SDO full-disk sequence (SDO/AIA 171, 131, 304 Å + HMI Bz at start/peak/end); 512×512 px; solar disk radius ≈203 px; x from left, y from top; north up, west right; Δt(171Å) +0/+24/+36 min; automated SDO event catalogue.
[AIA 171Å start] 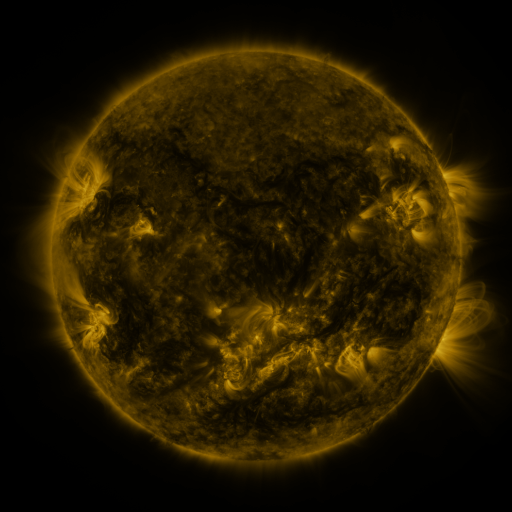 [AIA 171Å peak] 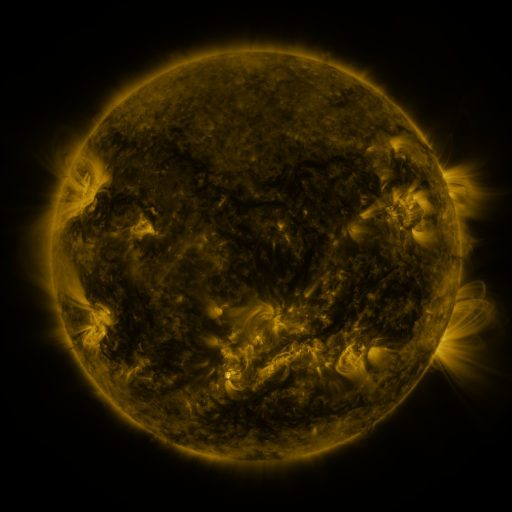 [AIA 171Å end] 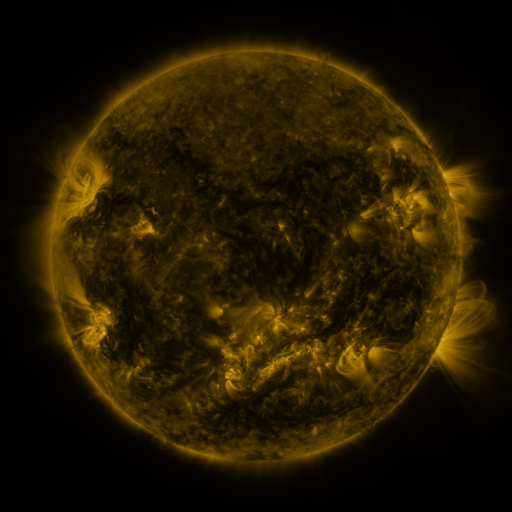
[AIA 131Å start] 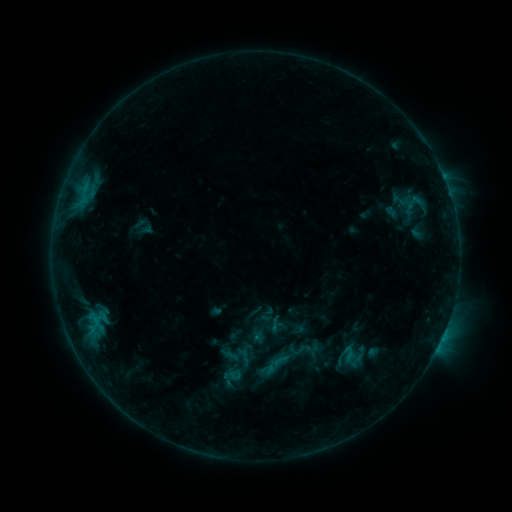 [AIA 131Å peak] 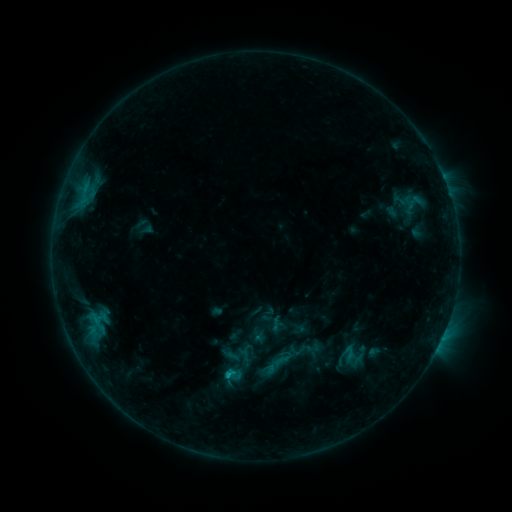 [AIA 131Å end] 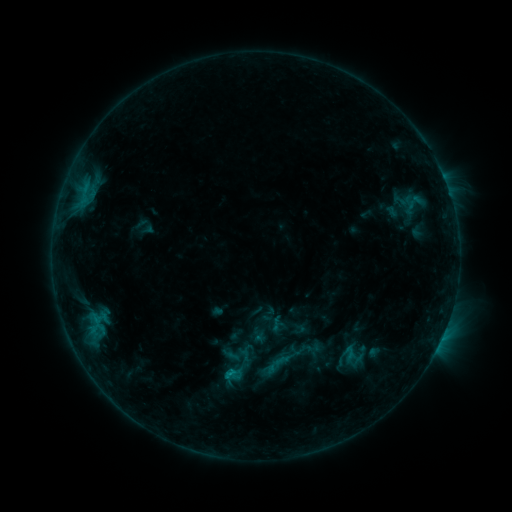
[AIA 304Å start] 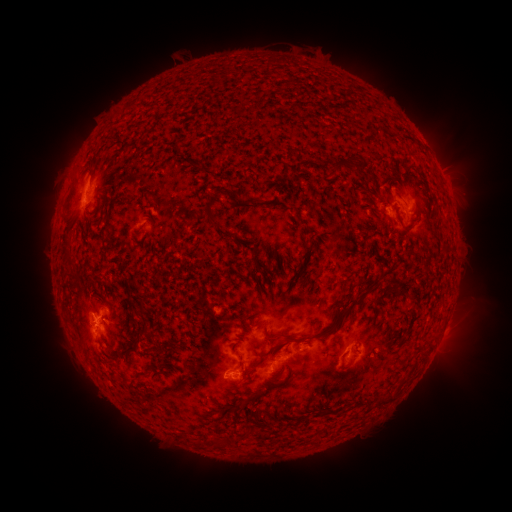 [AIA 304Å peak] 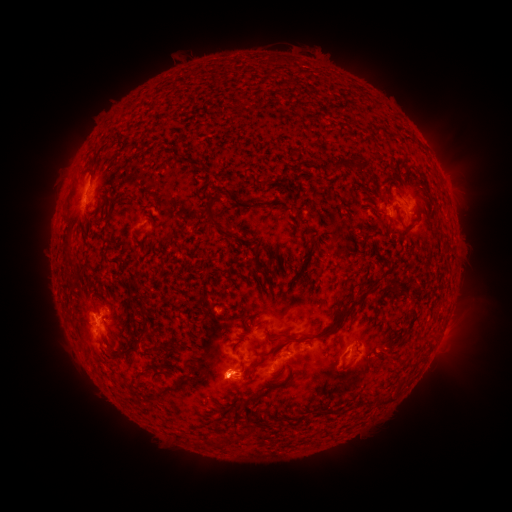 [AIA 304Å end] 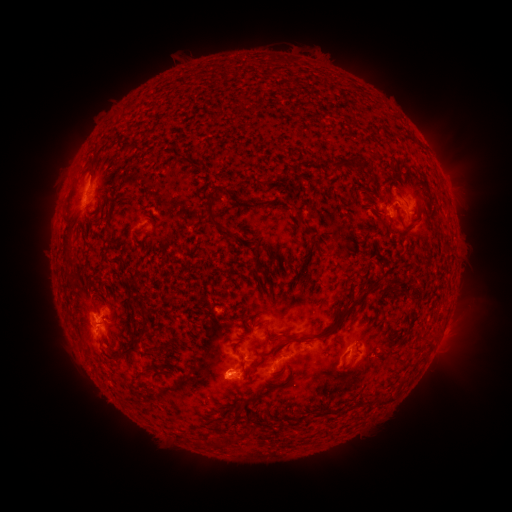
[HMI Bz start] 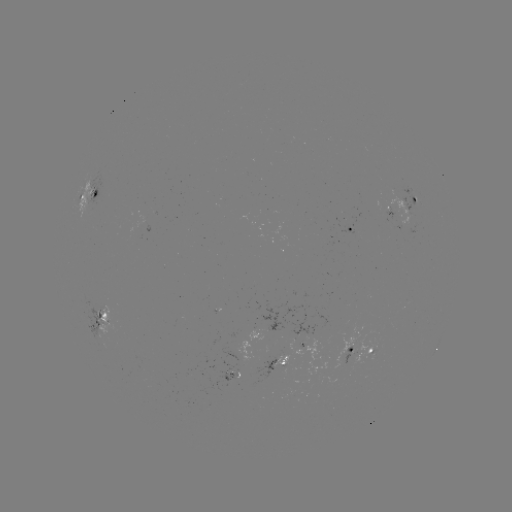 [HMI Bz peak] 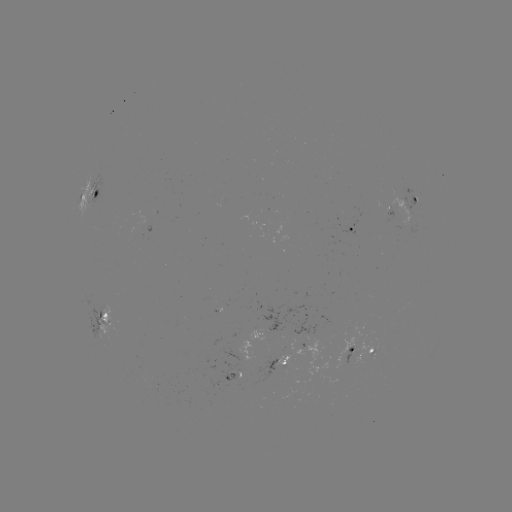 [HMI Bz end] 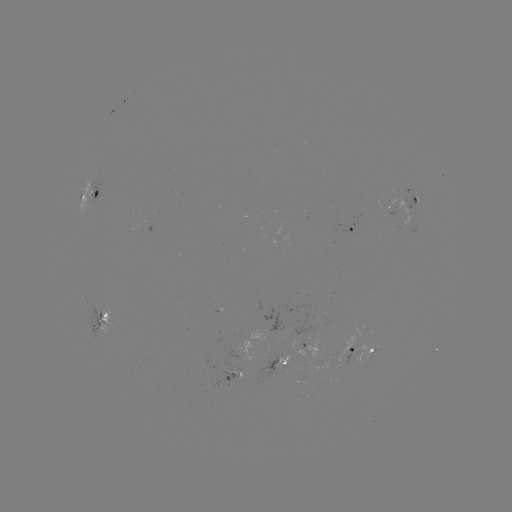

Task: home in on C1.1 flare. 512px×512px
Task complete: (231, 373).